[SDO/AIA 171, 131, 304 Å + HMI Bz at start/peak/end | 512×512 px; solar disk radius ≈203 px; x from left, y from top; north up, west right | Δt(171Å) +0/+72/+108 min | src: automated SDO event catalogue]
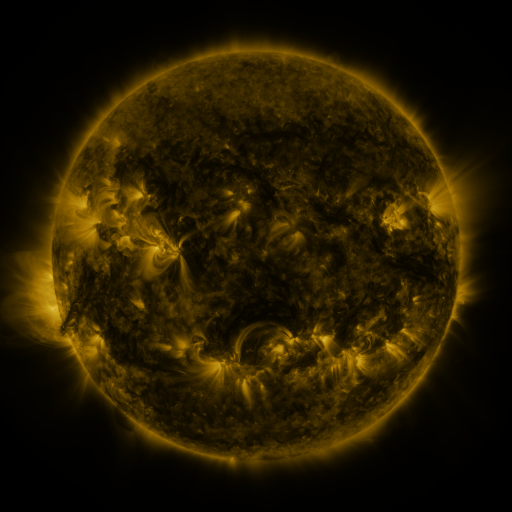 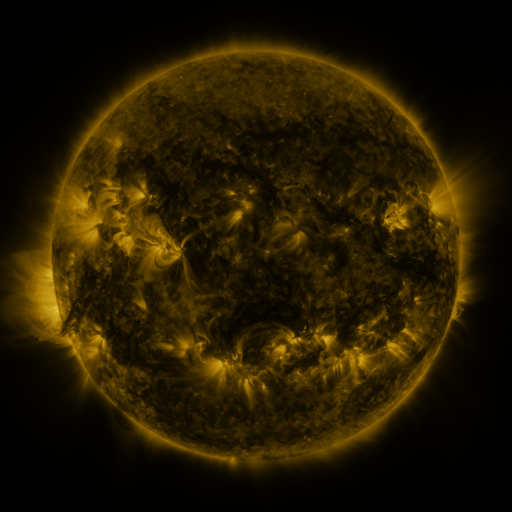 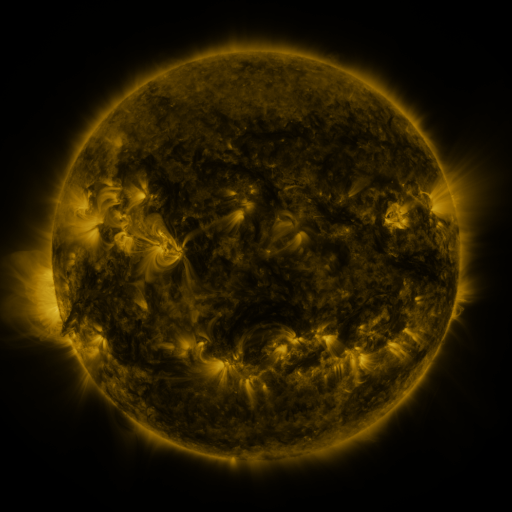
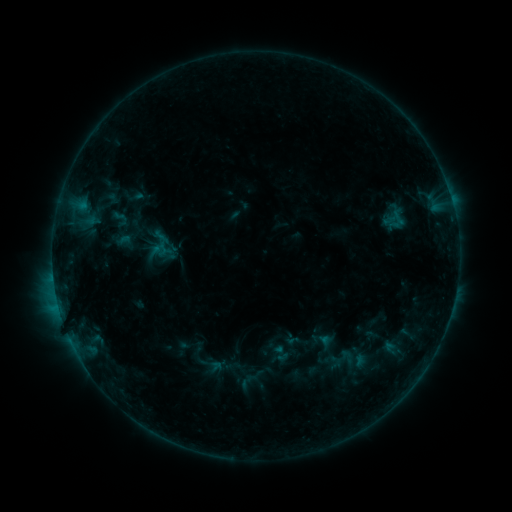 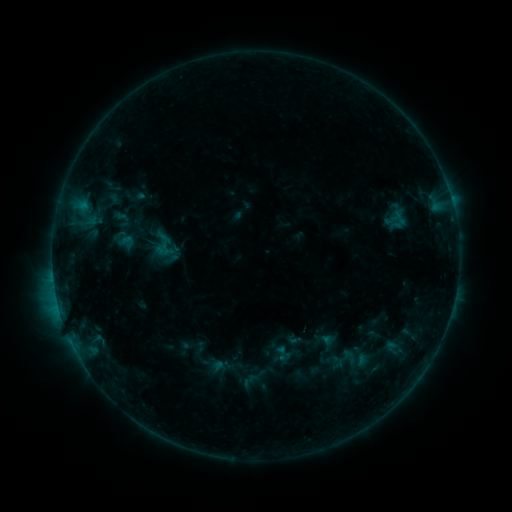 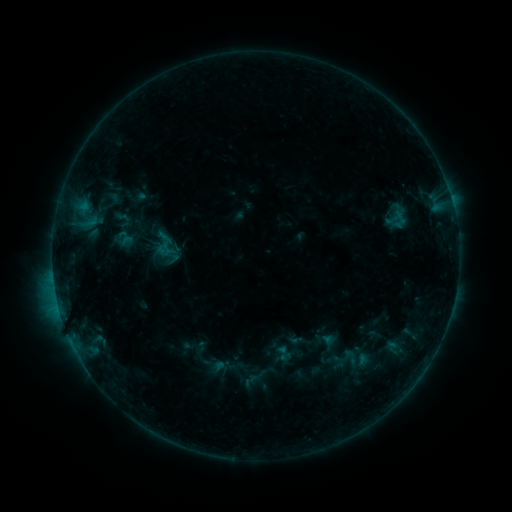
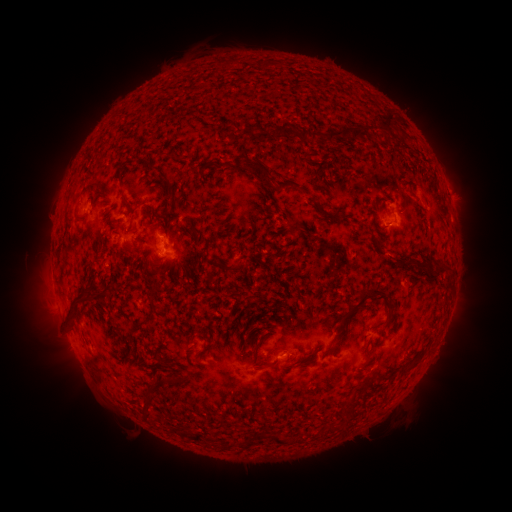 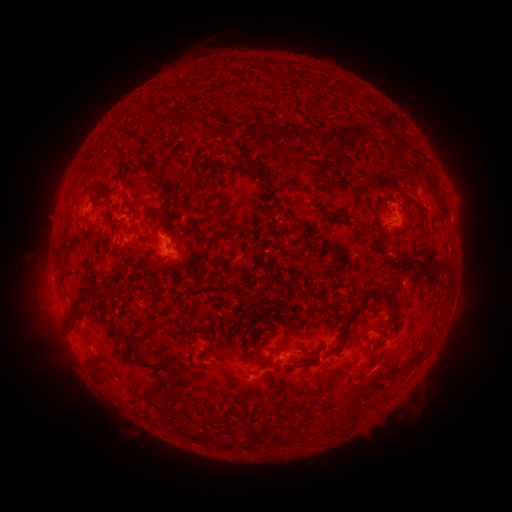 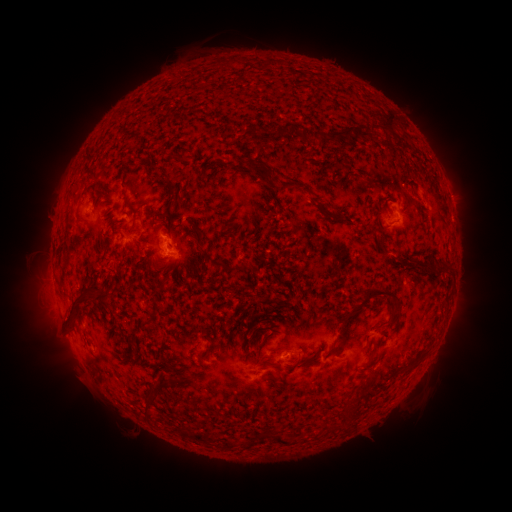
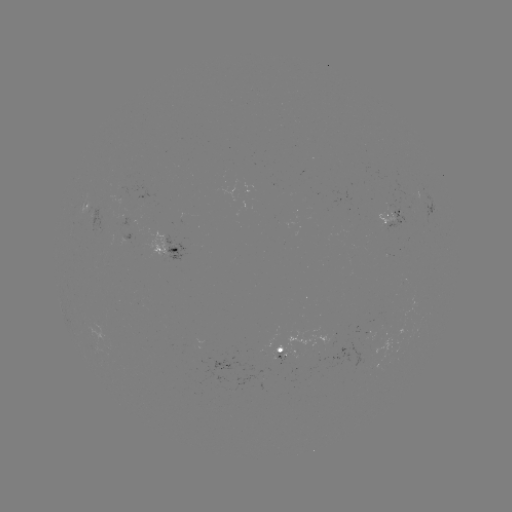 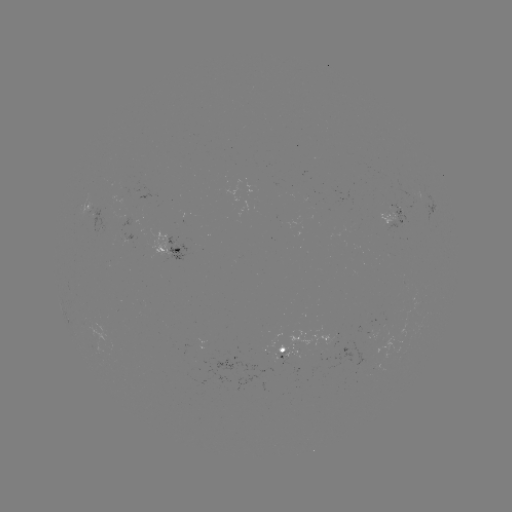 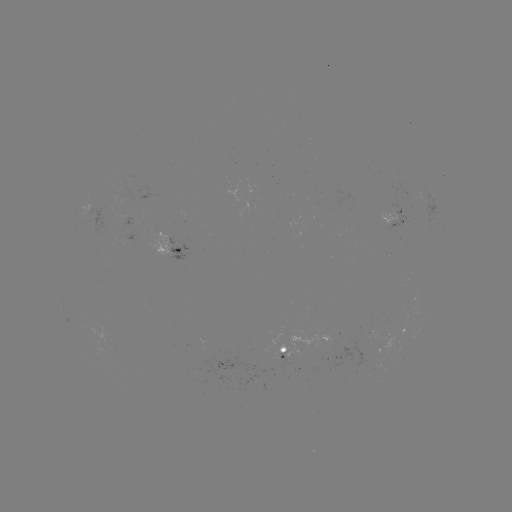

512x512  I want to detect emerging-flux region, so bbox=[333, 333, 337, 347].